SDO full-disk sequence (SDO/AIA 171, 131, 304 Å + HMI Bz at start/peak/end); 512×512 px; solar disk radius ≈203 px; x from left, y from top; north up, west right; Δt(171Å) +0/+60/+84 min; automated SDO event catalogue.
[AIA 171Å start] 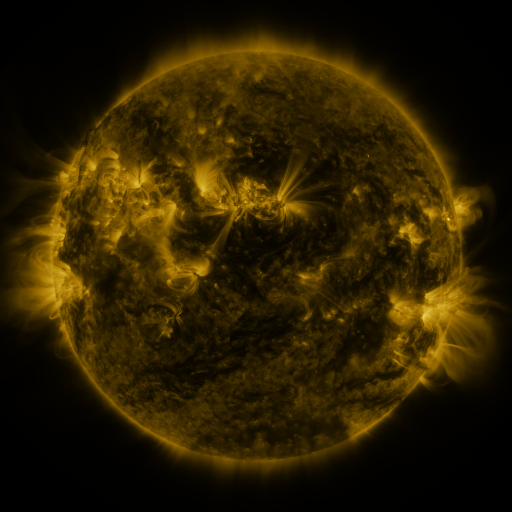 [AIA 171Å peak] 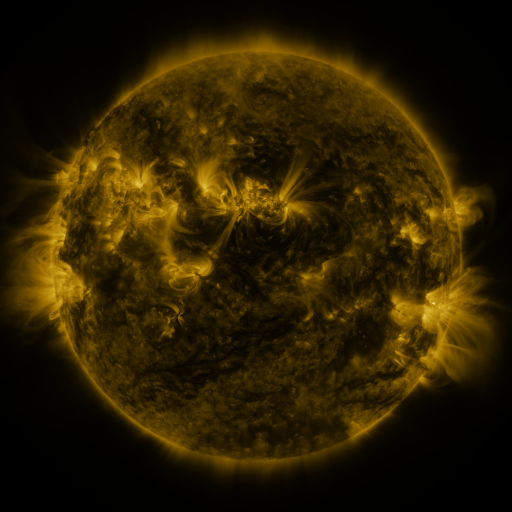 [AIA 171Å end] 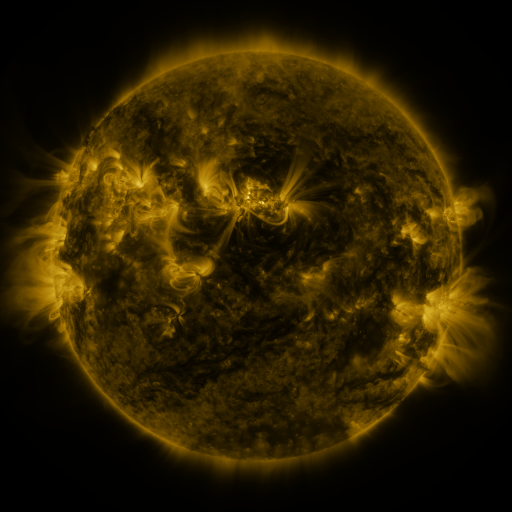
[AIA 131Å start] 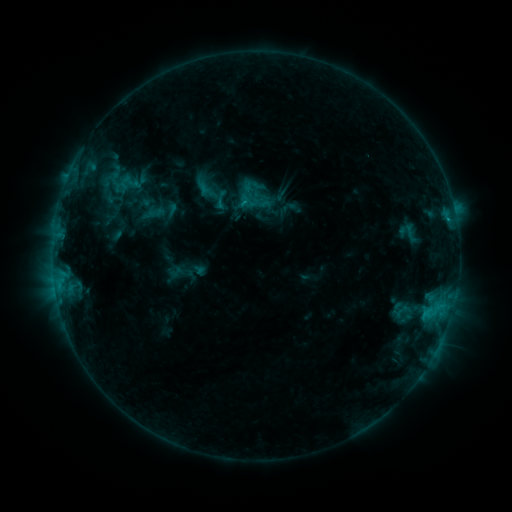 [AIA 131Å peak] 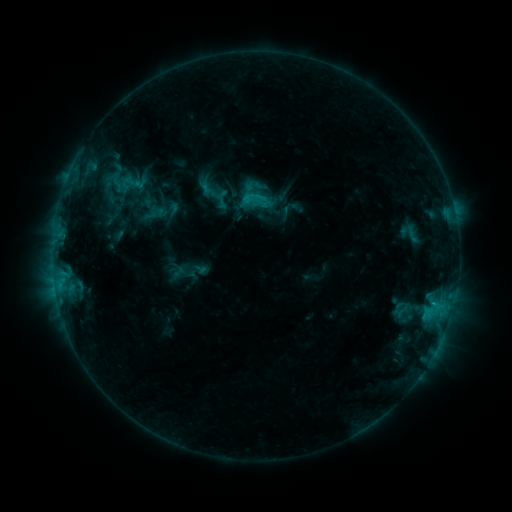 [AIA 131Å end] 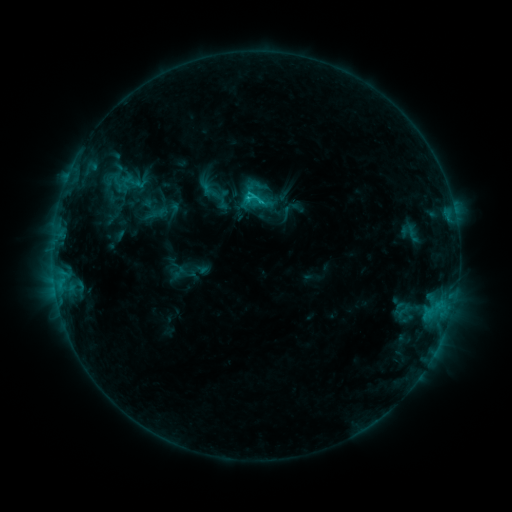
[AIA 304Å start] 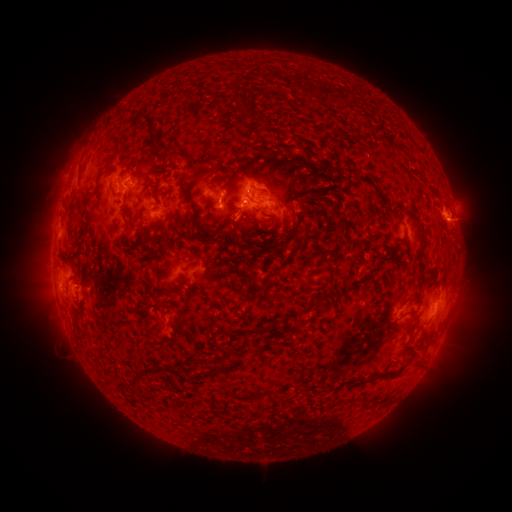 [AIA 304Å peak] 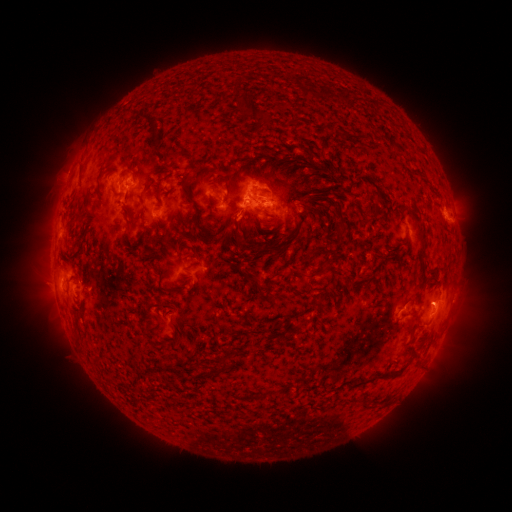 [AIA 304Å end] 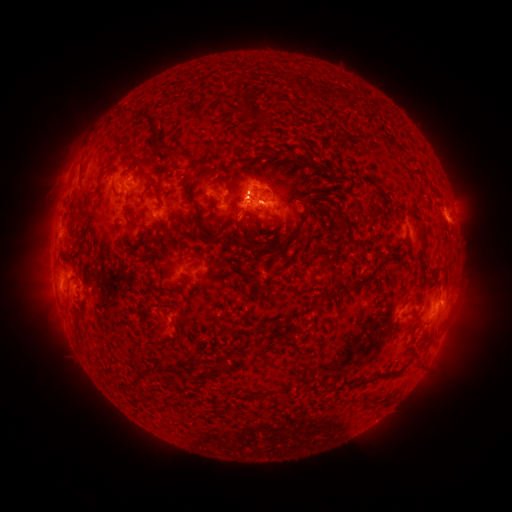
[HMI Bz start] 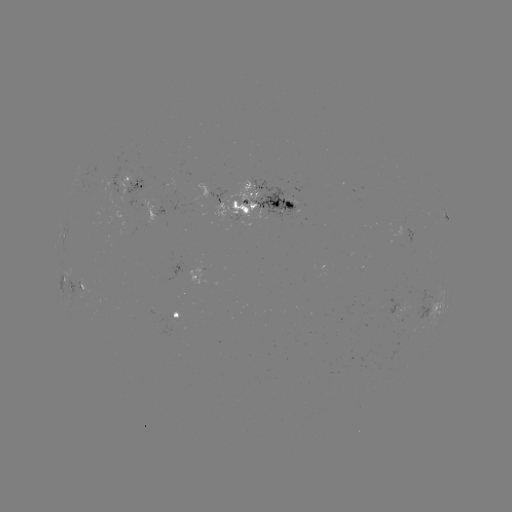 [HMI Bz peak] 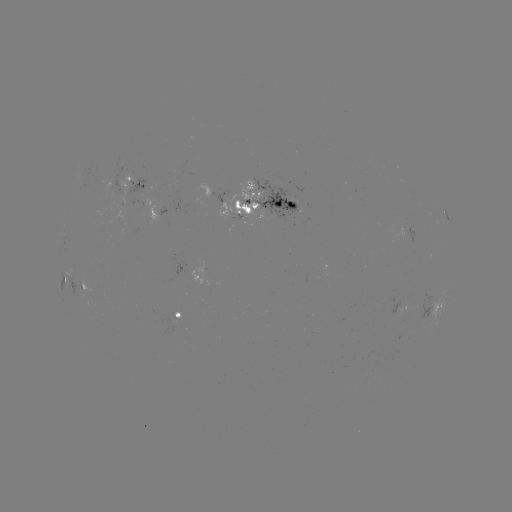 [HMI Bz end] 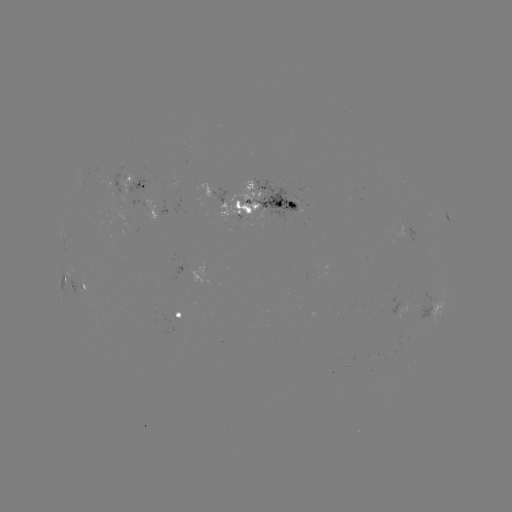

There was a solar emerging-flux region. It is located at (265, 212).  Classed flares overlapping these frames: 2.